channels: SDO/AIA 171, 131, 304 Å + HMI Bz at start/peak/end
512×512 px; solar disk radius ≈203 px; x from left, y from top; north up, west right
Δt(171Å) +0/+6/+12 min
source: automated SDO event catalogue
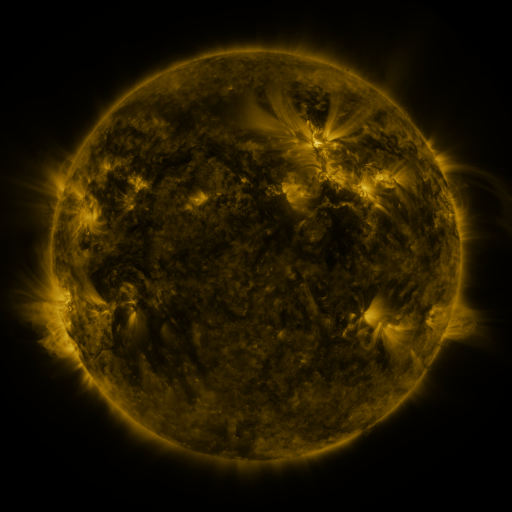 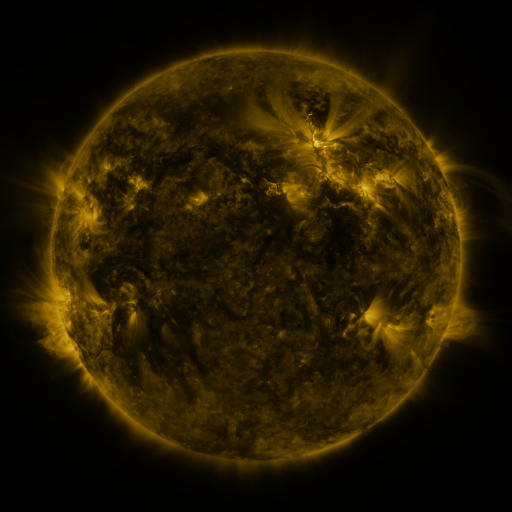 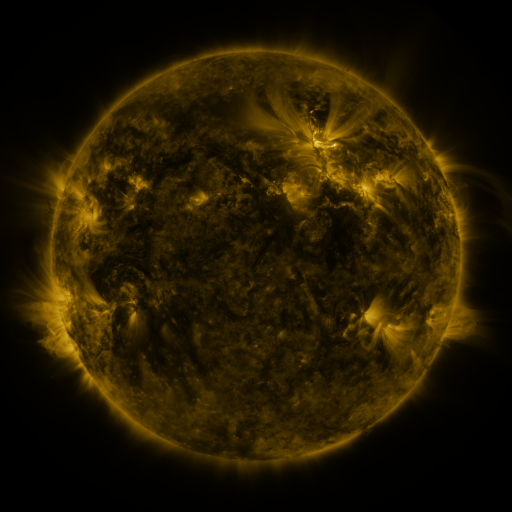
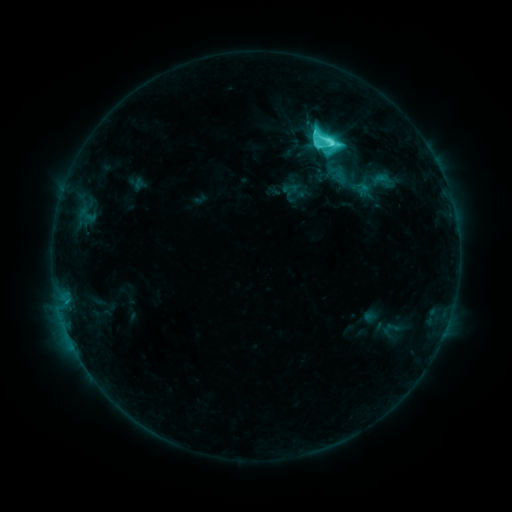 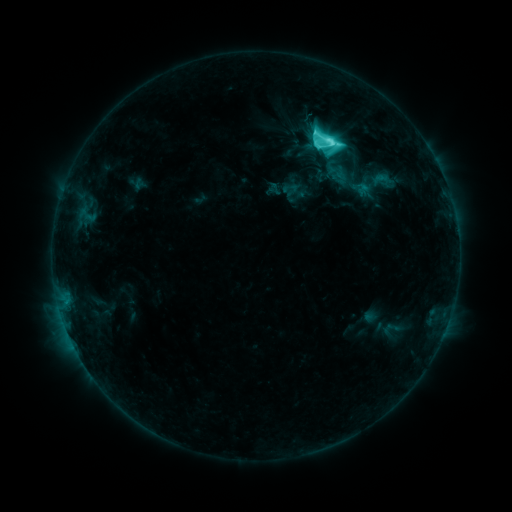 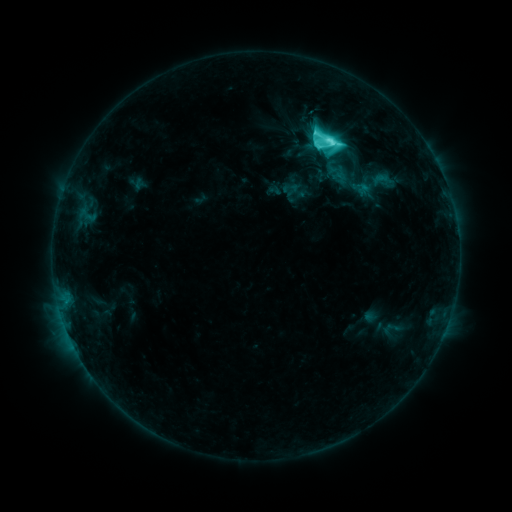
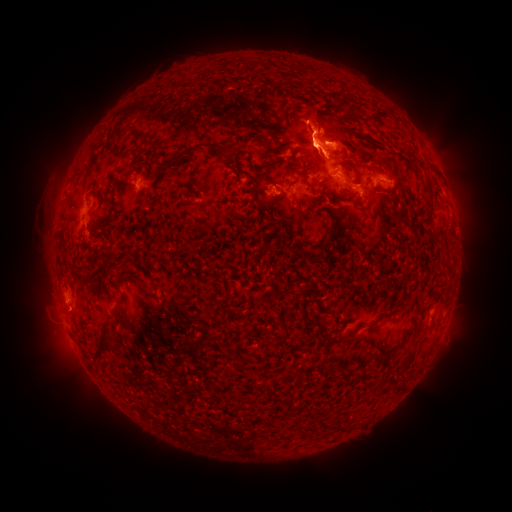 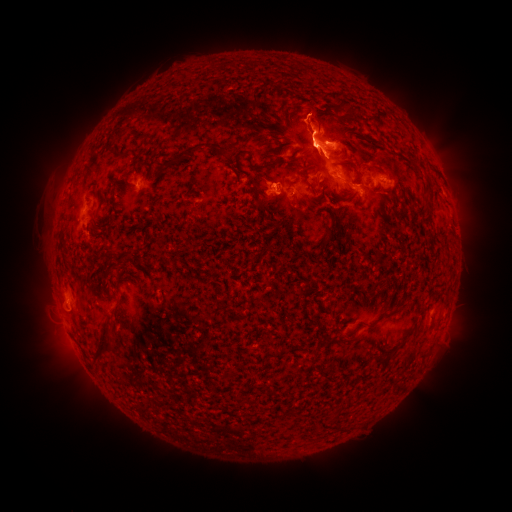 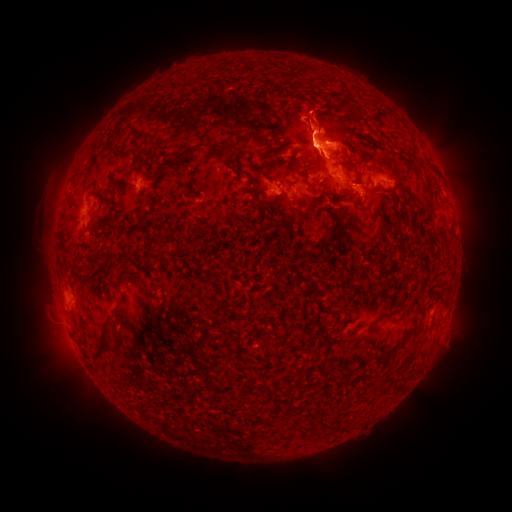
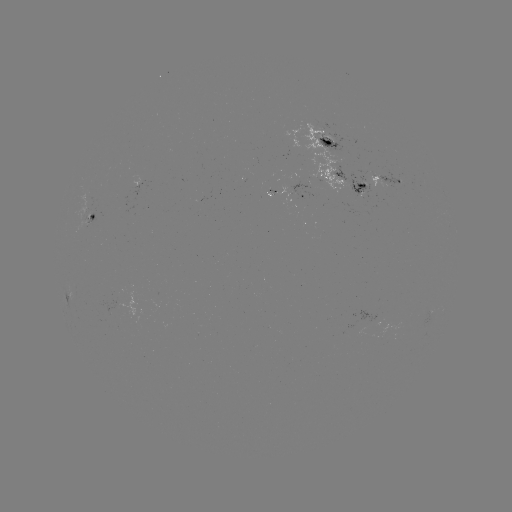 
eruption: (249, 156, 298, 199)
